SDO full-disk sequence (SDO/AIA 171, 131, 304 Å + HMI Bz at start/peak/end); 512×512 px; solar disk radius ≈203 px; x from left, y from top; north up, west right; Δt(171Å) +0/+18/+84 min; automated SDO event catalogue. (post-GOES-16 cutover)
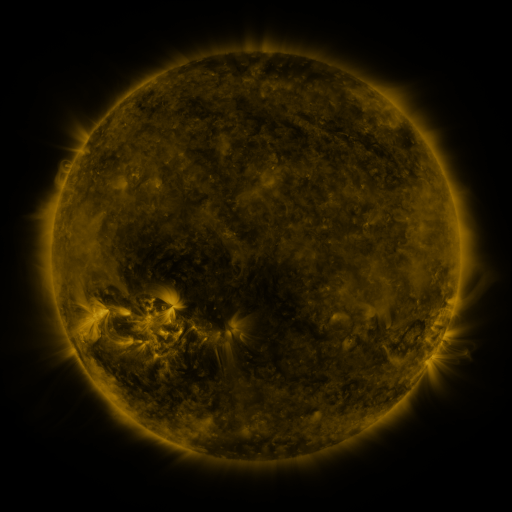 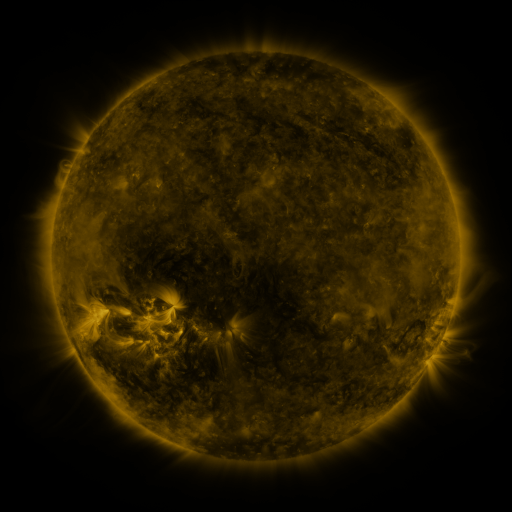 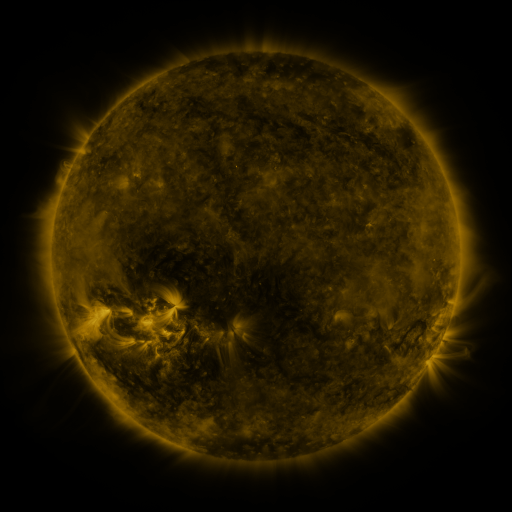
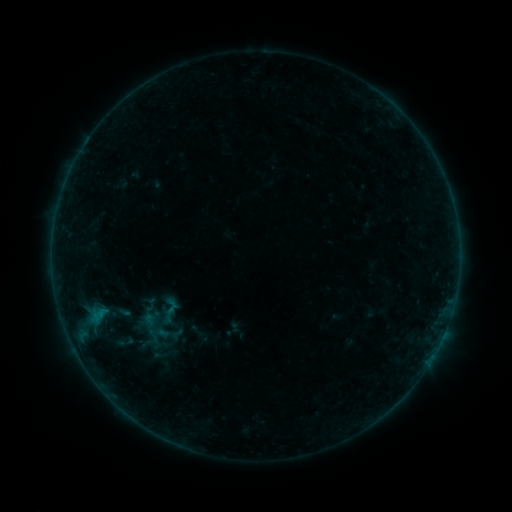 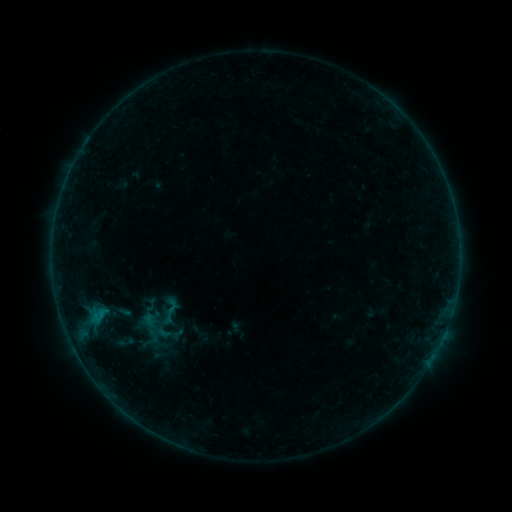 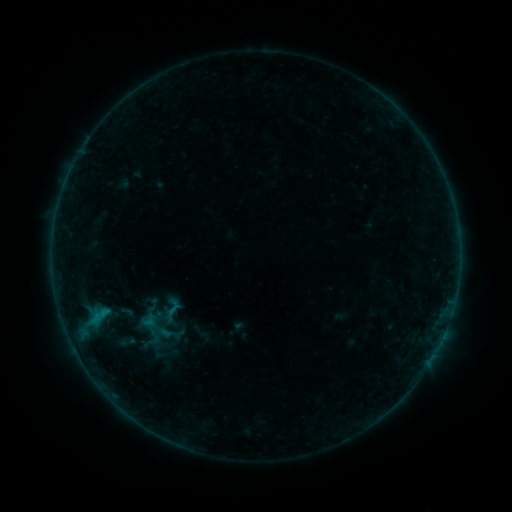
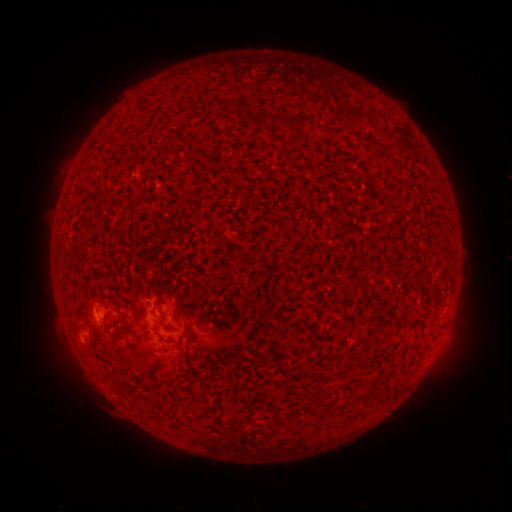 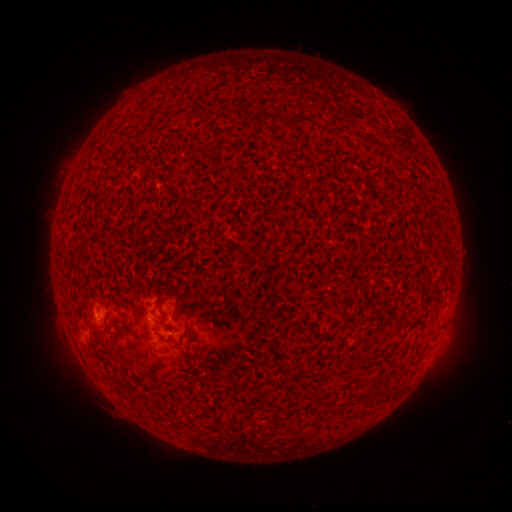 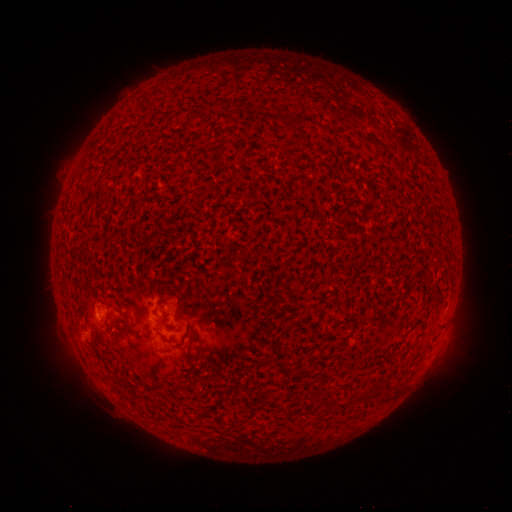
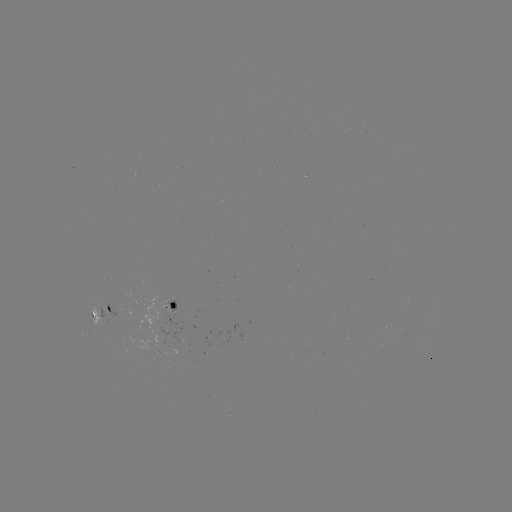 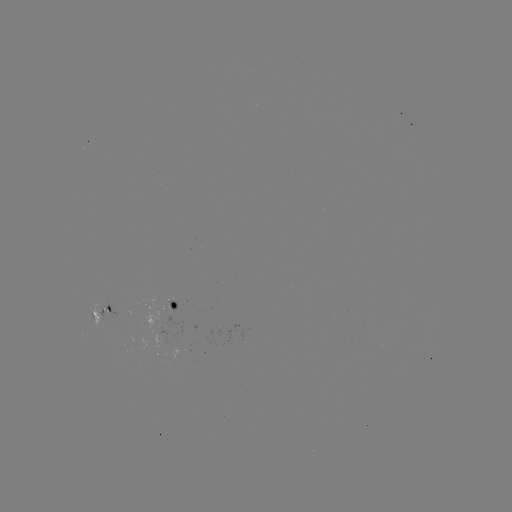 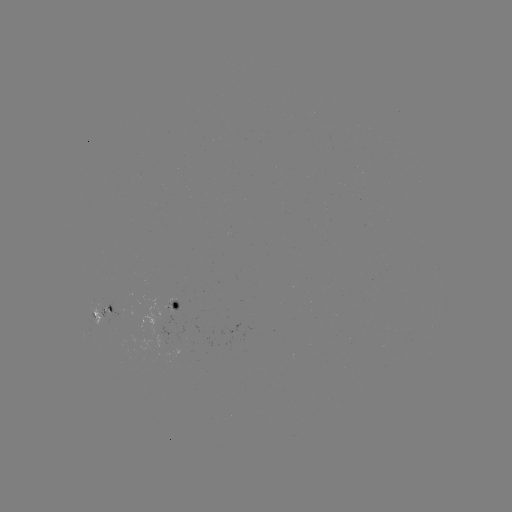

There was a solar flare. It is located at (152, 322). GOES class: B2.4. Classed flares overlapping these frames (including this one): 1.